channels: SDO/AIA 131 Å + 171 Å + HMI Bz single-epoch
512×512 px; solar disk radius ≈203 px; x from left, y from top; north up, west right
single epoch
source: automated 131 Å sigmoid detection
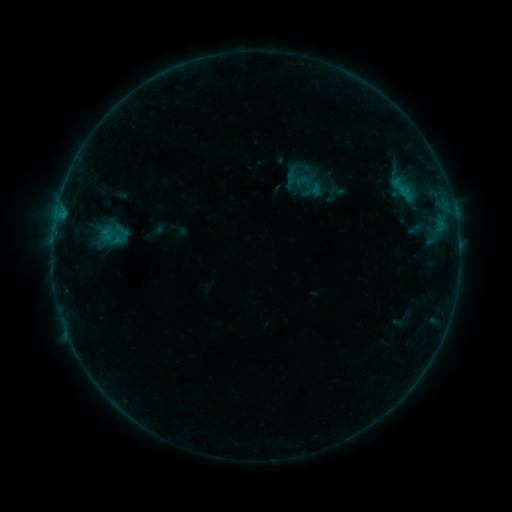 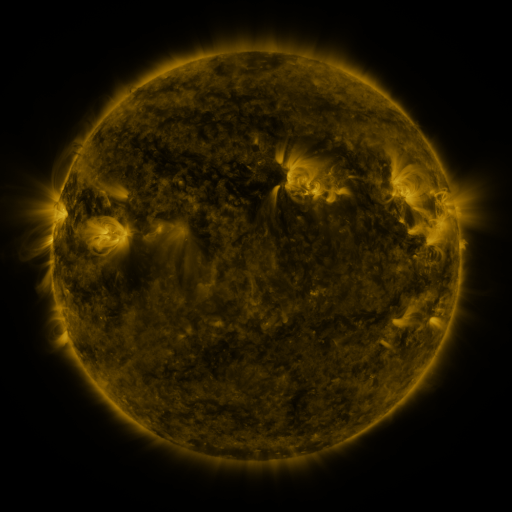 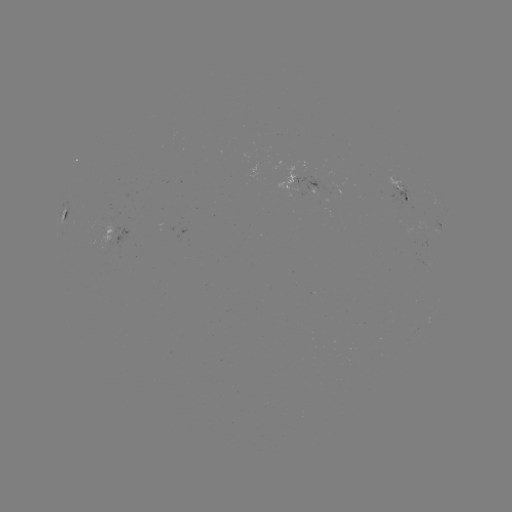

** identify sigmoid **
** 106,234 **